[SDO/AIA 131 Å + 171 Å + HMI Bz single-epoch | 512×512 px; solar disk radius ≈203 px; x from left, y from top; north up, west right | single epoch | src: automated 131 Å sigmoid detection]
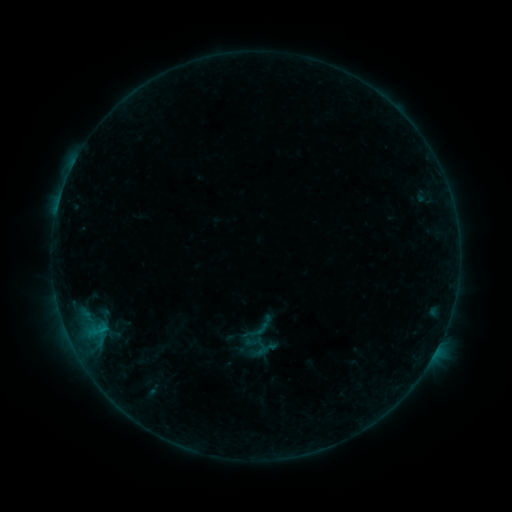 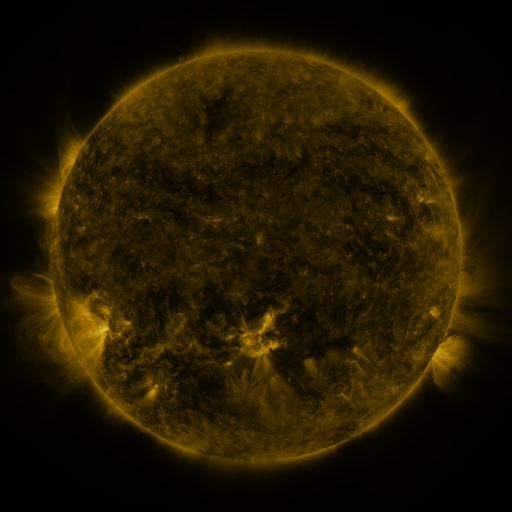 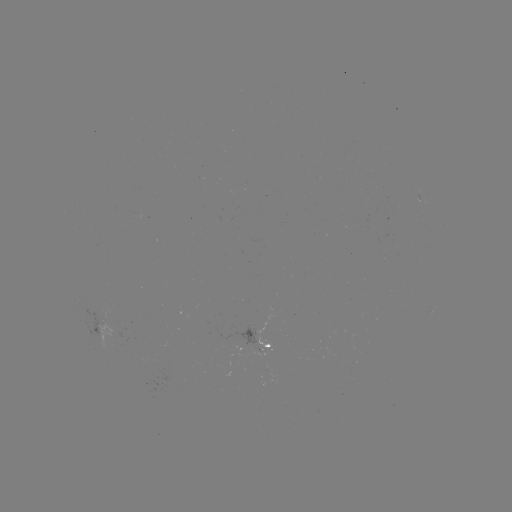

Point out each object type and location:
sigmoid: [240, 310, 276, 346]
